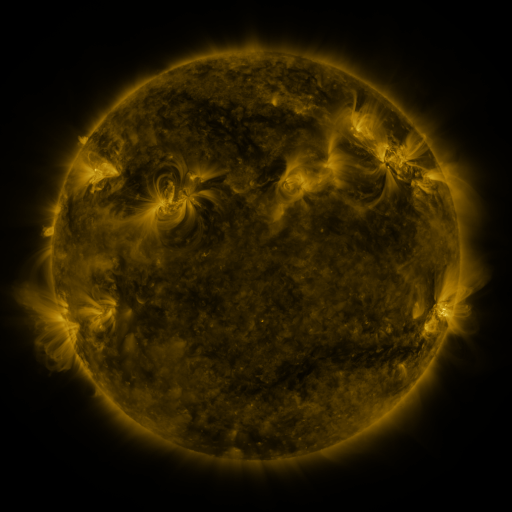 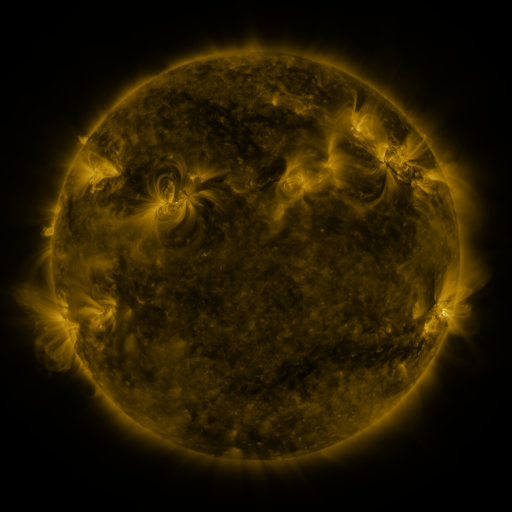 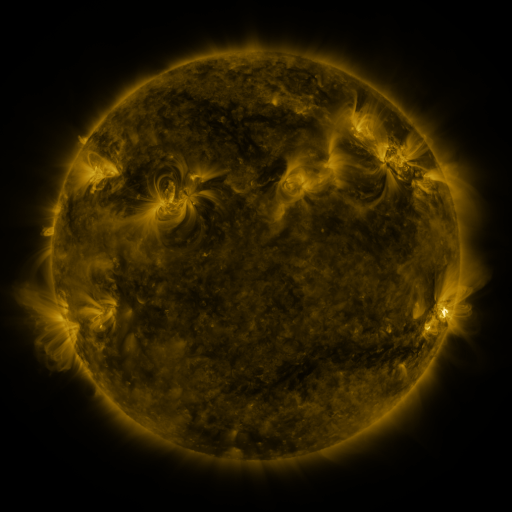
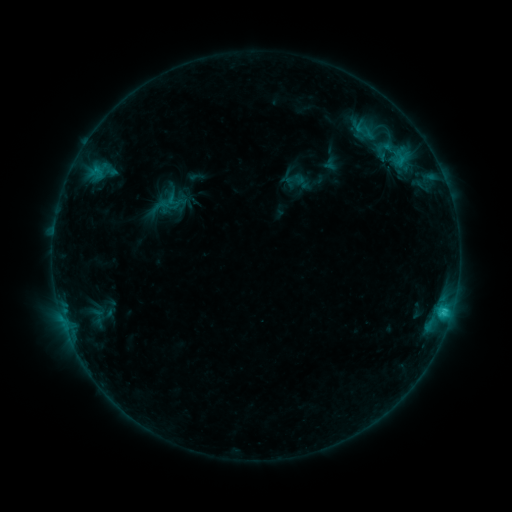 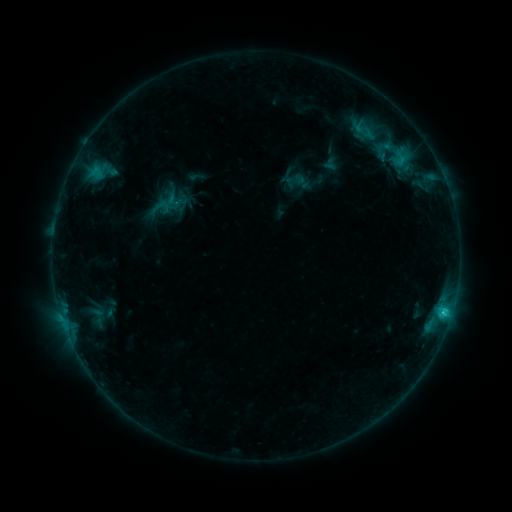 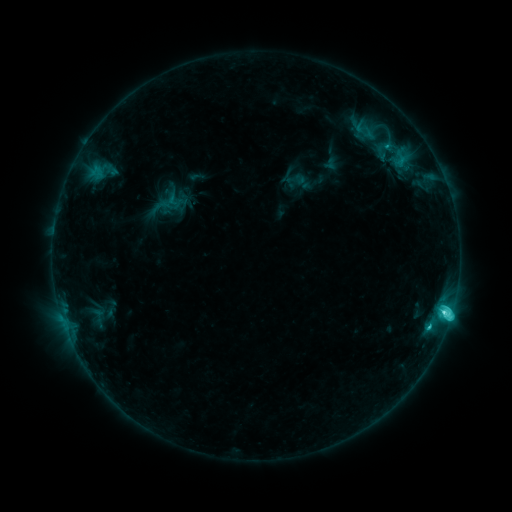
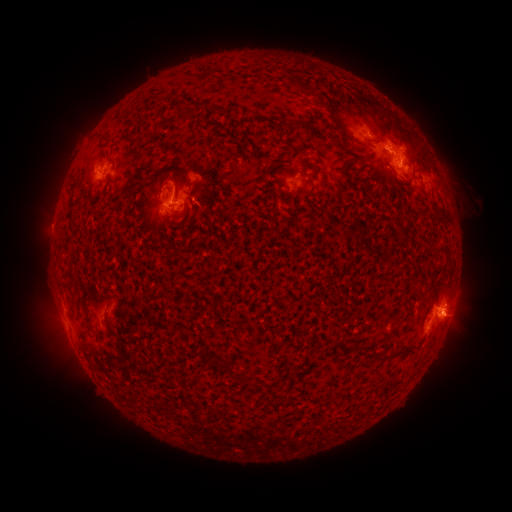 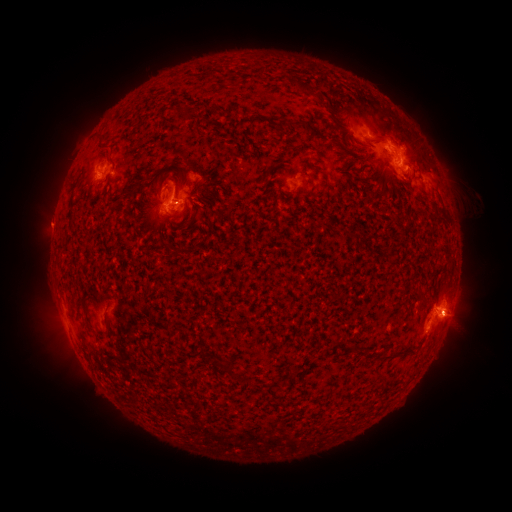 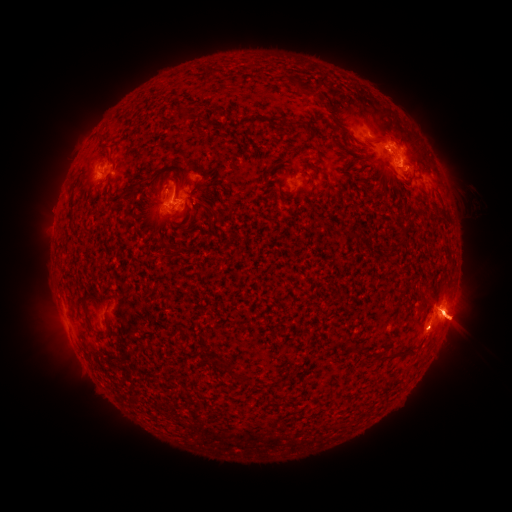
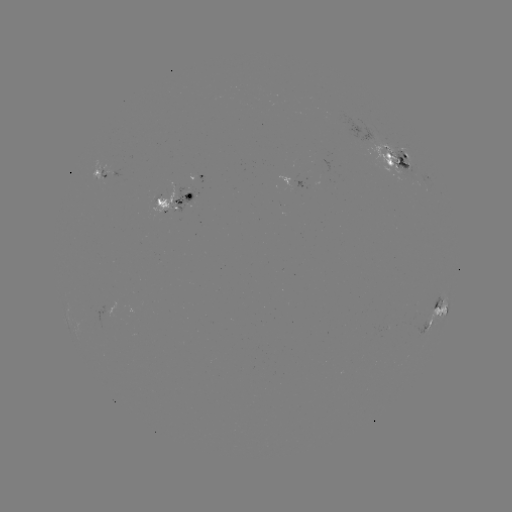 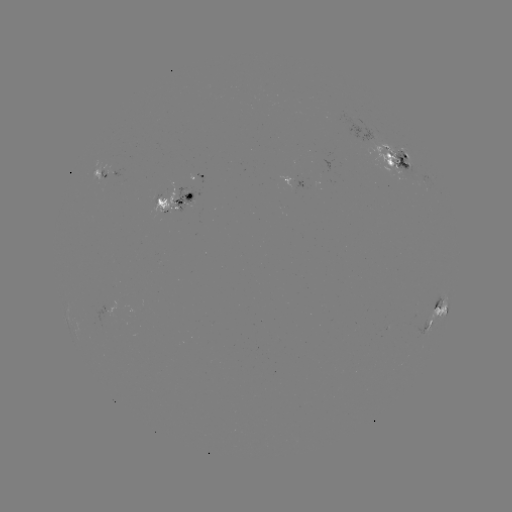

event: eruption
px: (46, 222)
